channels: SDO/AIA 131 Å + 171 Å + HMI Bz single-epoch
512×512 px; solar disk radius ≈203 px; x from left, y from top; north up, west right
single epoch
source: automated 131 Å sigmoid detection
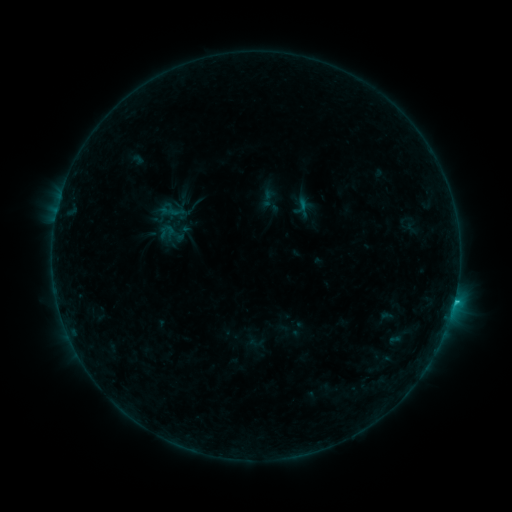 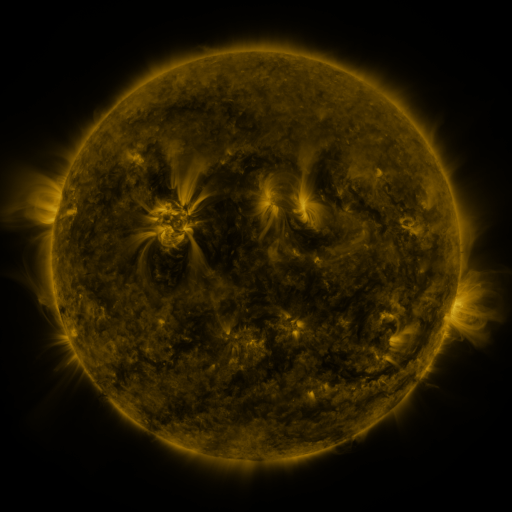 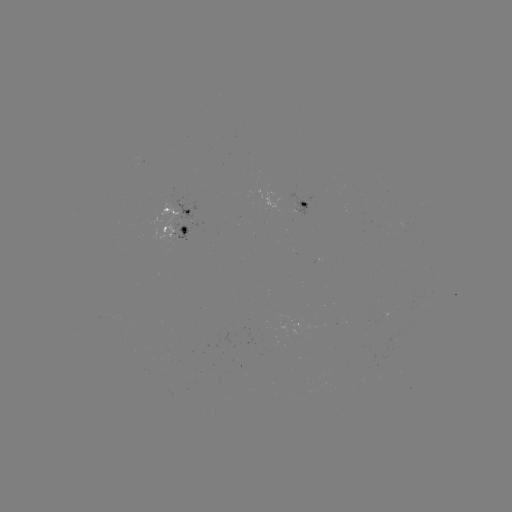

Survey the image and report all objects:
sigmoid: <bbox>291, 199, 310, 216</bbox>
sigmoid: <bbox>247, 335, 264, 351</bbox>
